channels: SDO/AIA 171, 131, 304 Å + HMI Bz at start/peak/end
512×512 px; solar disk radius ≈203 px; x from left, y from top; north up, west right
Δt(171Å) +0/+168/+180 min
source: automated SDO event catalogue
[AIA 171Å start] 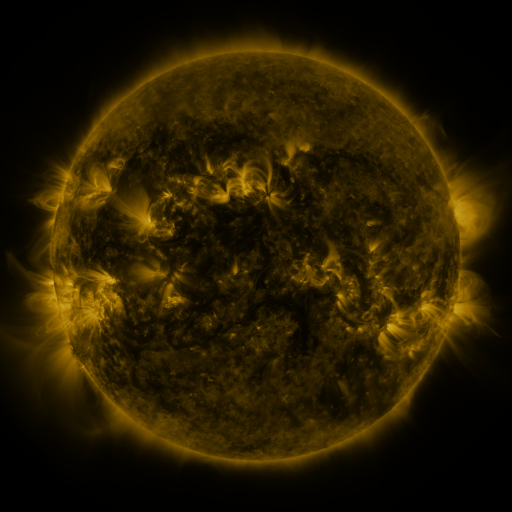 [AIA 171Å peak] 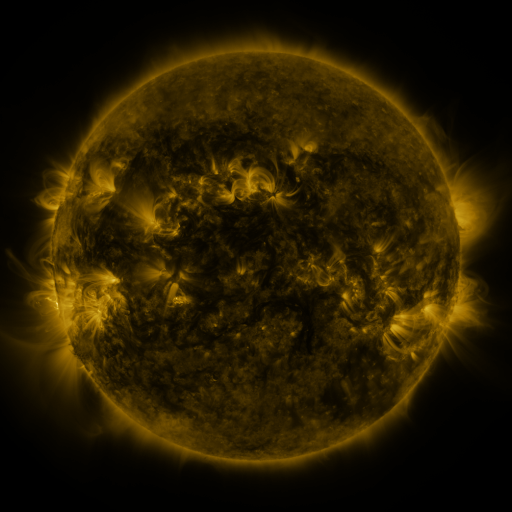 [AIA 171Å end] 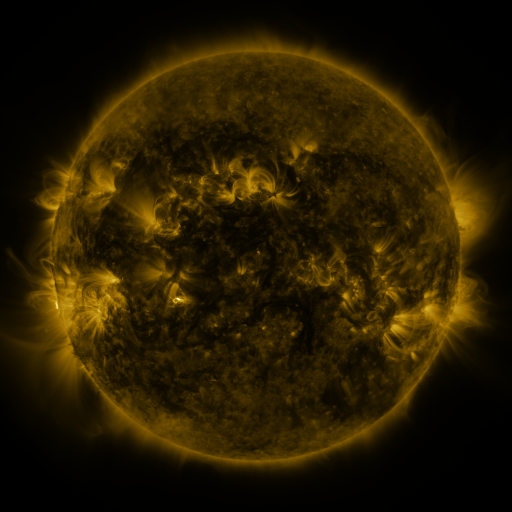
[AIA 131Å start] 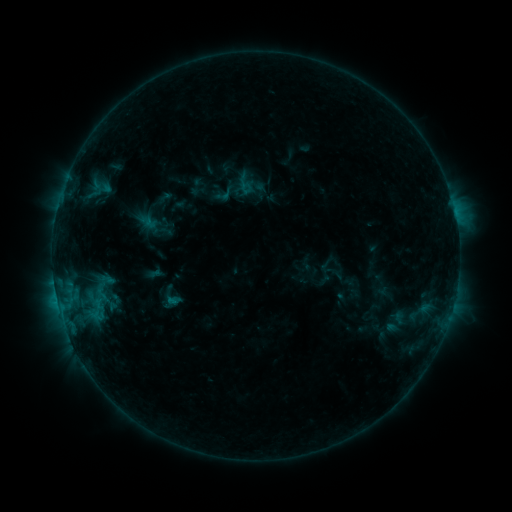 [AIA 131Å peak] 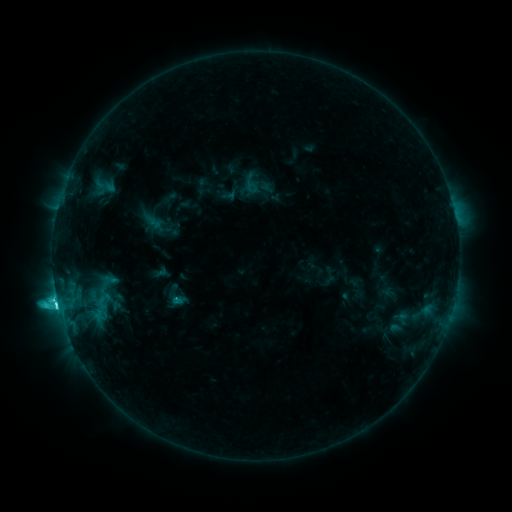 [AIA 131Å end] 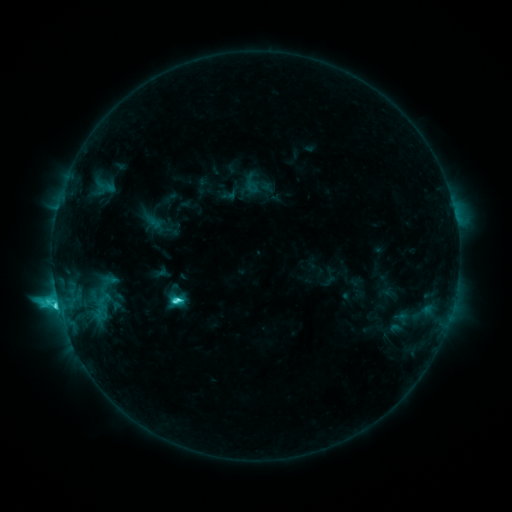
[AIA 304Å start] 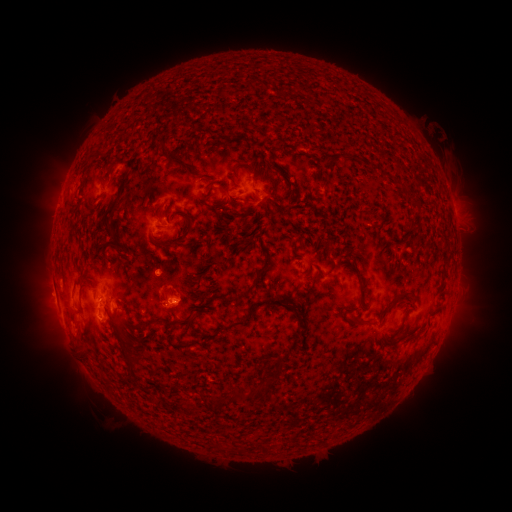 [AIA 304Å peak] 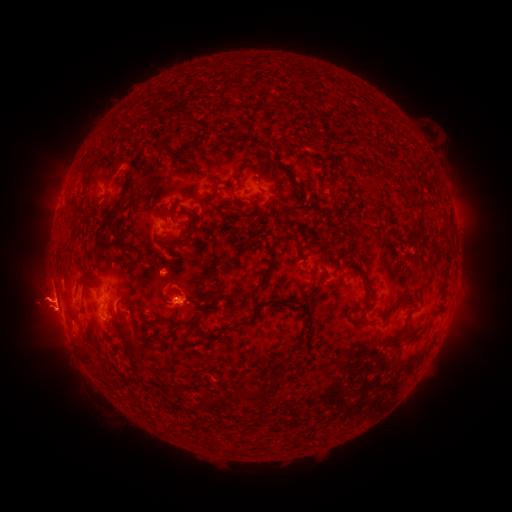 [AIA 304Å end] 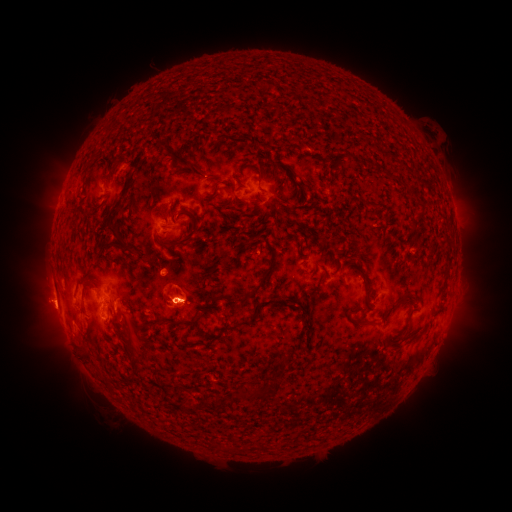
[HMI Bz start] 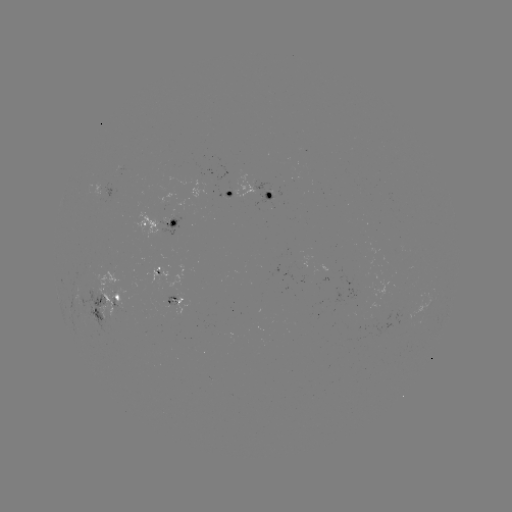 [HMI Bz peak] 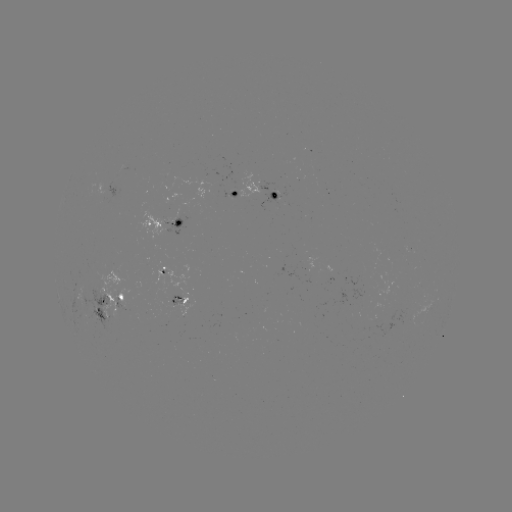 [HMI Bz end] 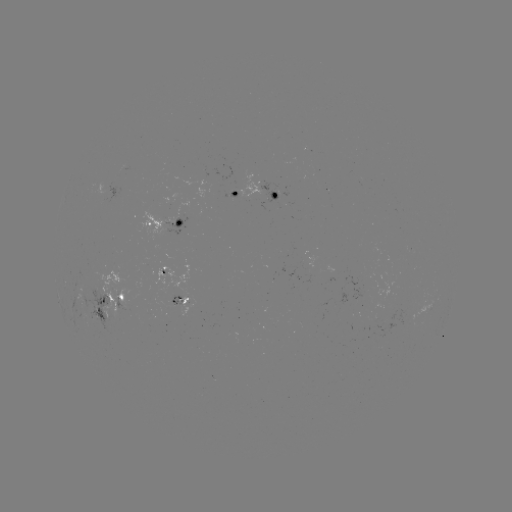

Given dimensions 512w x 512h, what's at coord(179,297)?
emerging-flux region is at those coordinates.